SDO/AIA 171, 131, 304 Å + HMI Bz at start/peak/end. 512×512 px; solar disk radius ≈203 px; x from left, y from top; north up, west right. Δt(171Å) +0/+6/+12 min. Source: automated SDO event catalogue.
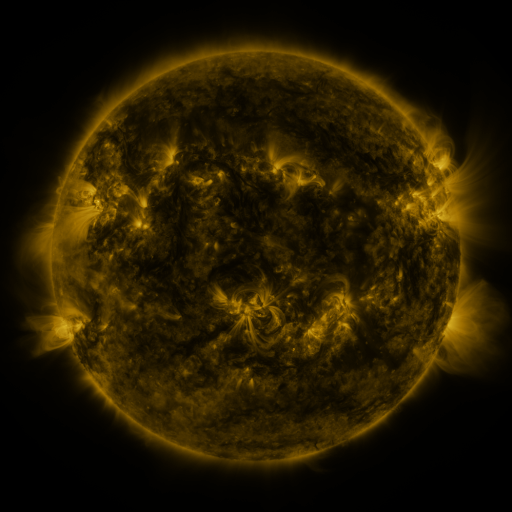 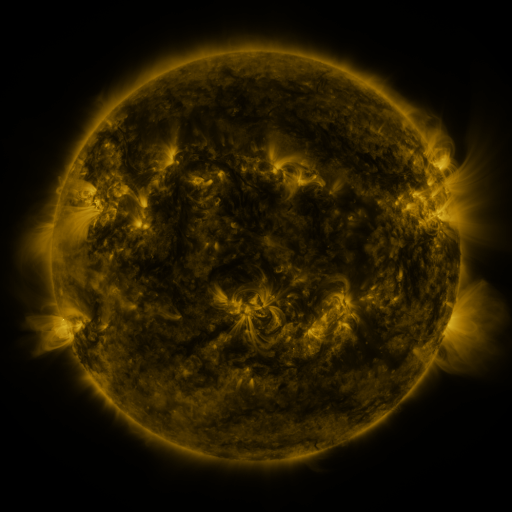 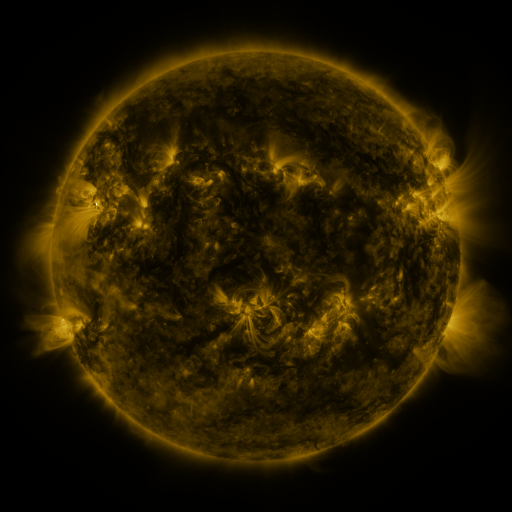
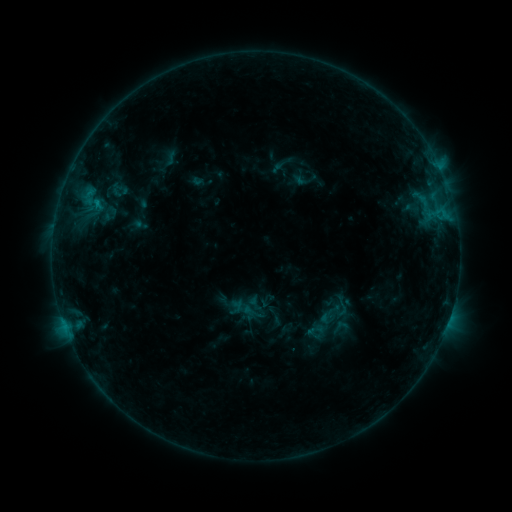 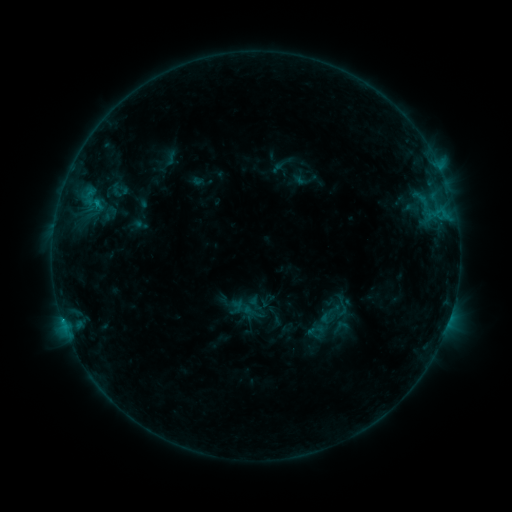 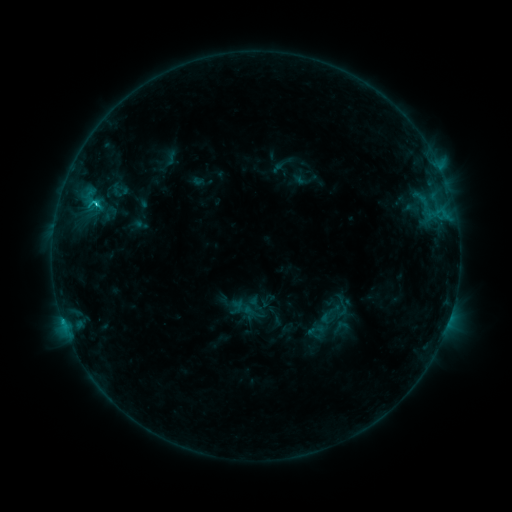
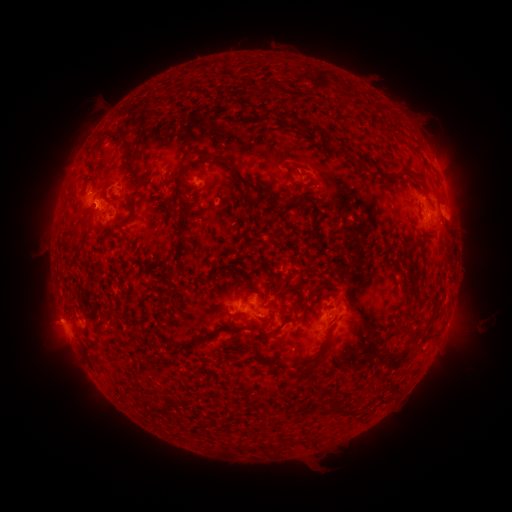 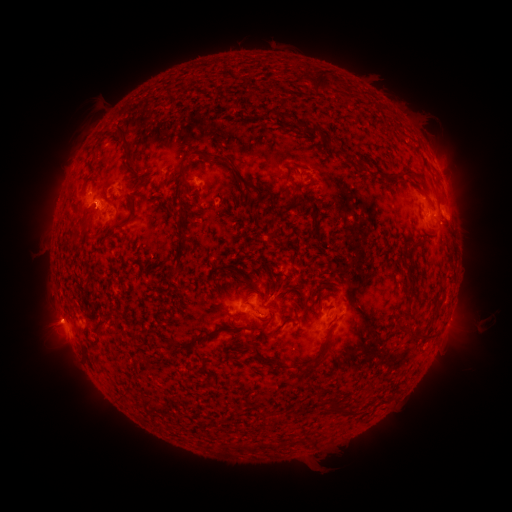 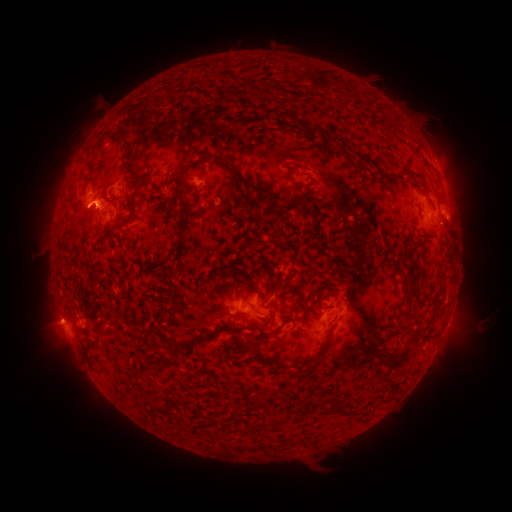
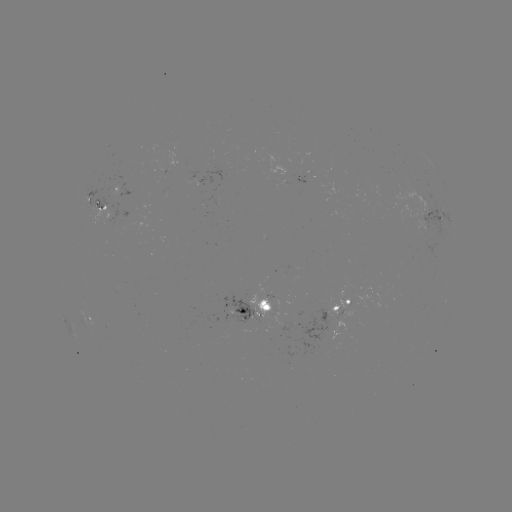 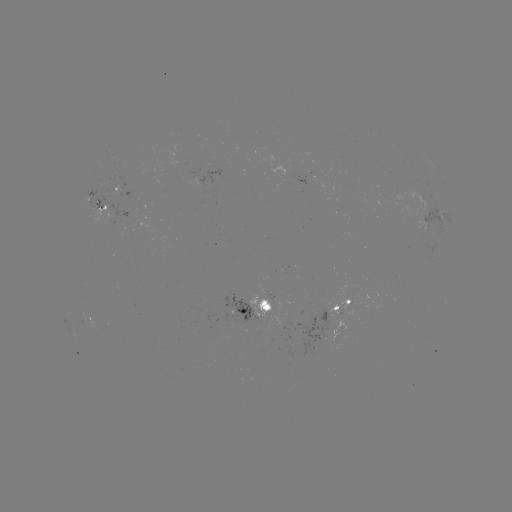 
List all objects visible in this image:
C2.3 flare: (96, 205)
